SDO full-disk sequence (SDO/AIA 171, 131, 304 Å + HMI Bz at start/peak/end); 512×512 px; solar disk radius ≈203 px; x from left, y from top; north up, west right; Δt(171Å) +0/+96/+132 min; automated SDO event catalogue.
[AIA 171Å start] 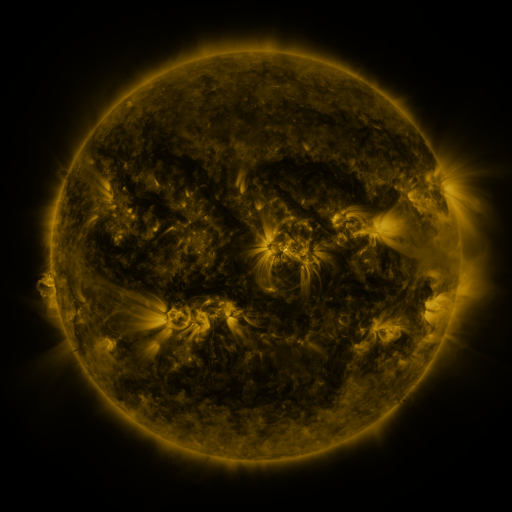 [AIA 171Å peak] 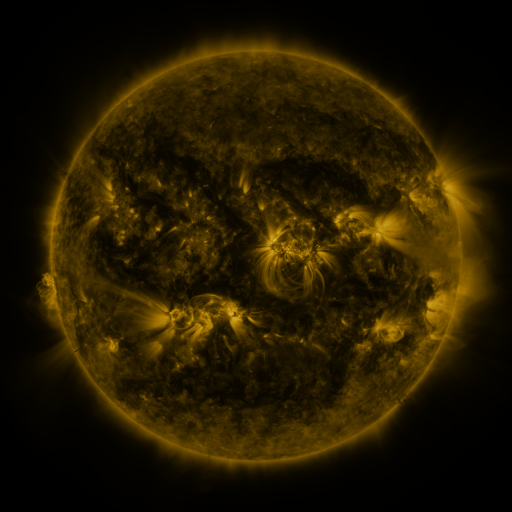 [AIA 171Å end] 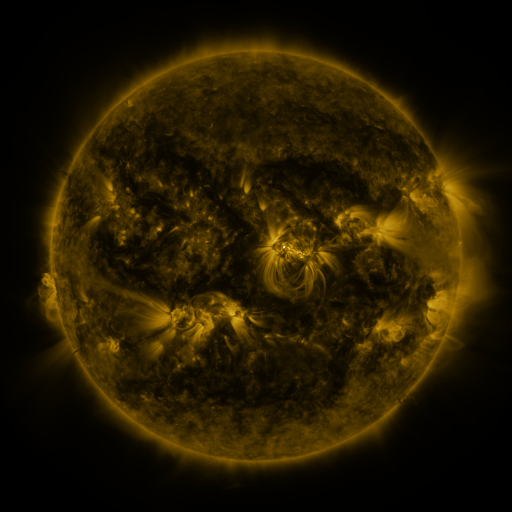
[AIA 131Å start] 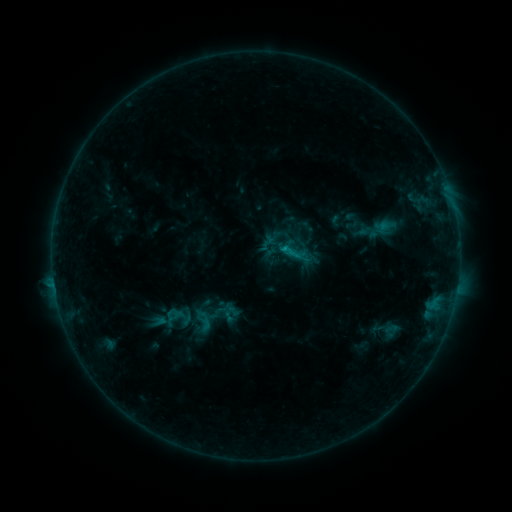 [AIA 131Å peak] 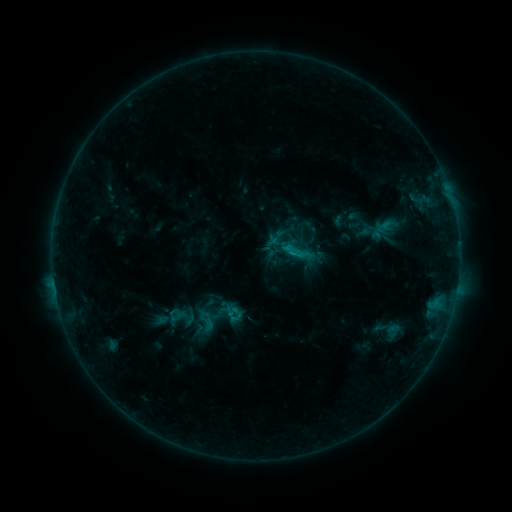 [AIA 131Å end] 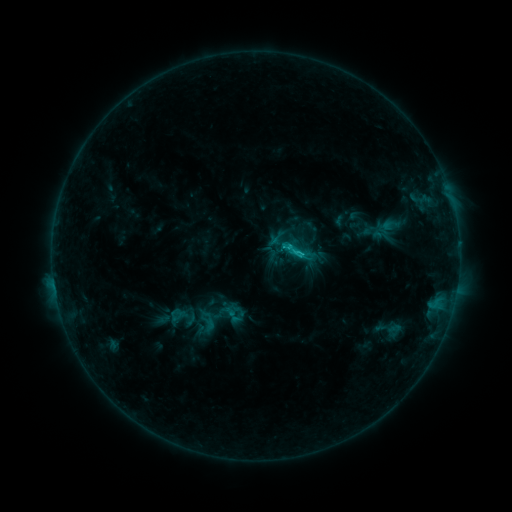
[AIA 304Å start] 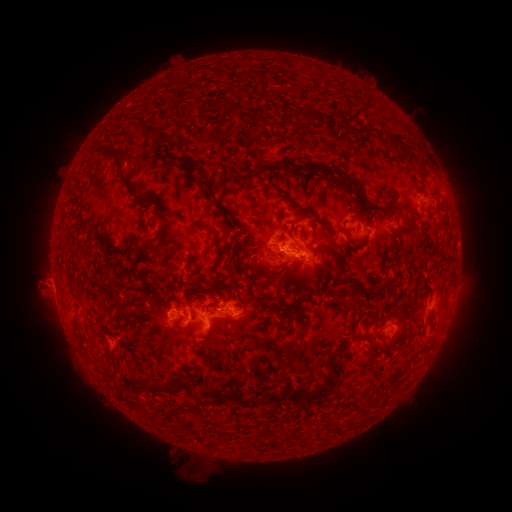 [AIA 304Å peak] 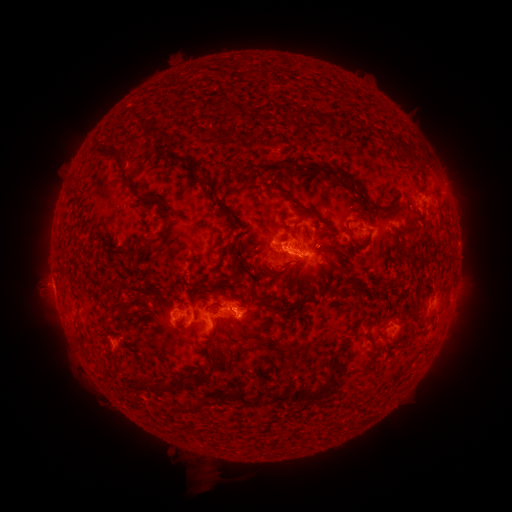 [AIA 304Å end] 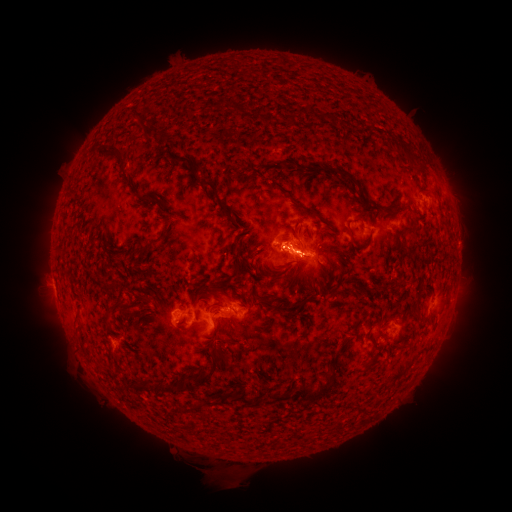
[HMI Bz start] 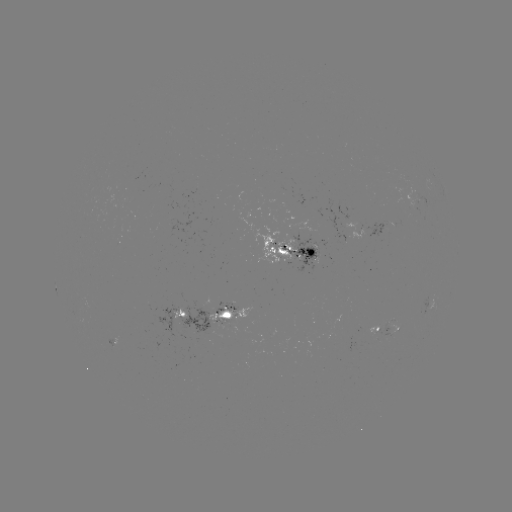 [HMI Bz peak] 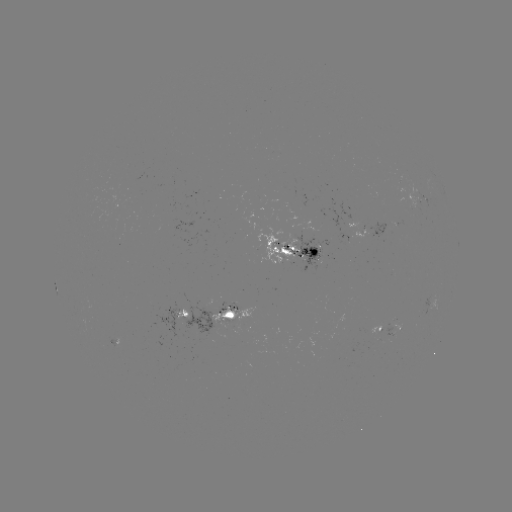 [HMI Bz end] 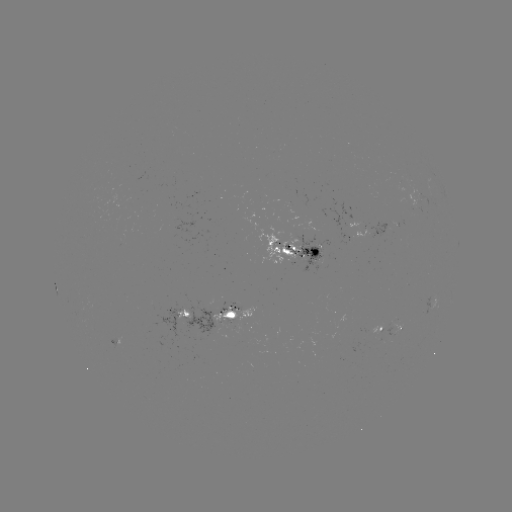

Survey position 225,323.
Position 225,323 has emerging-flux region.